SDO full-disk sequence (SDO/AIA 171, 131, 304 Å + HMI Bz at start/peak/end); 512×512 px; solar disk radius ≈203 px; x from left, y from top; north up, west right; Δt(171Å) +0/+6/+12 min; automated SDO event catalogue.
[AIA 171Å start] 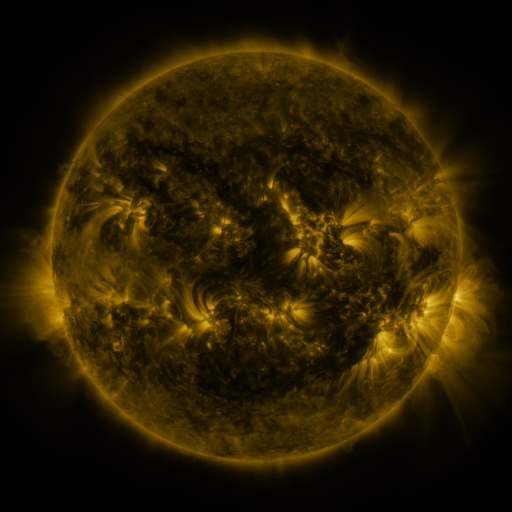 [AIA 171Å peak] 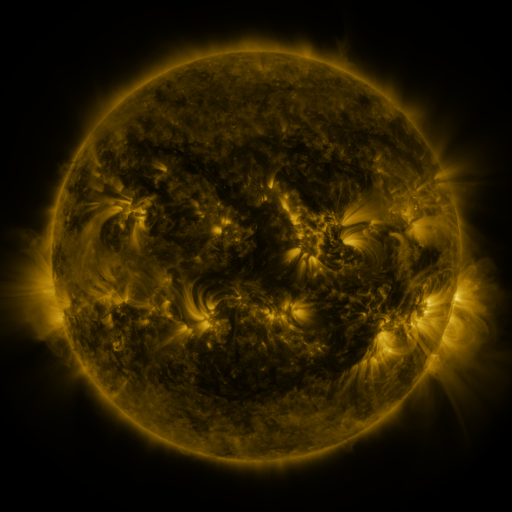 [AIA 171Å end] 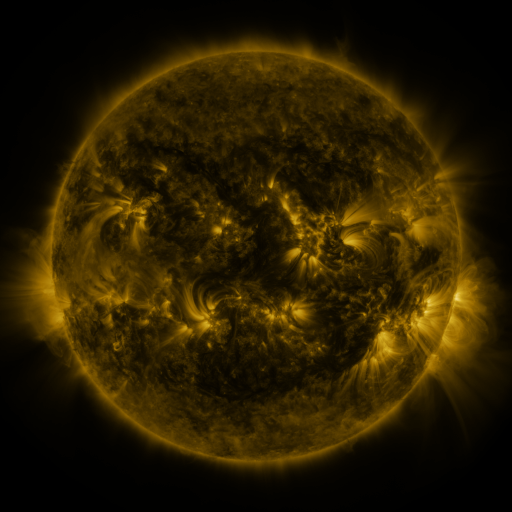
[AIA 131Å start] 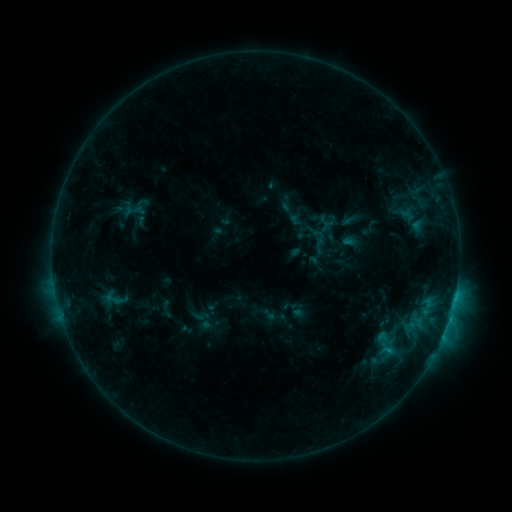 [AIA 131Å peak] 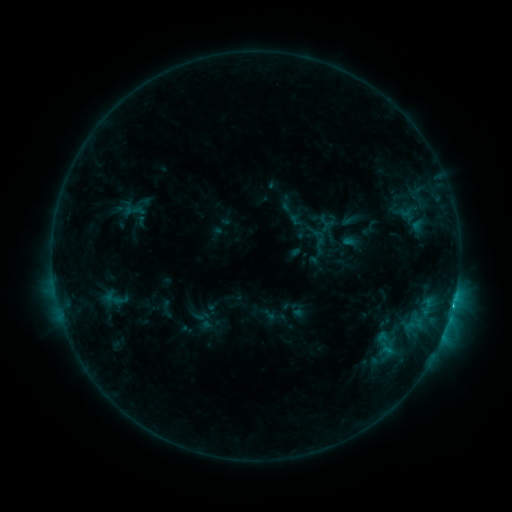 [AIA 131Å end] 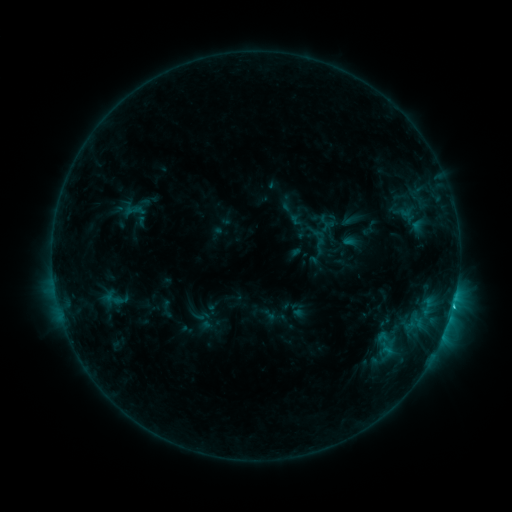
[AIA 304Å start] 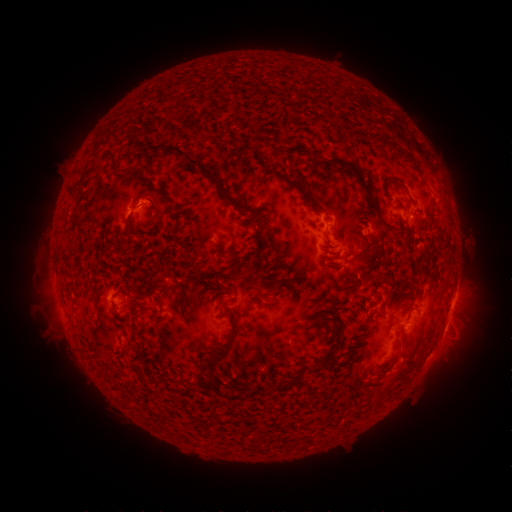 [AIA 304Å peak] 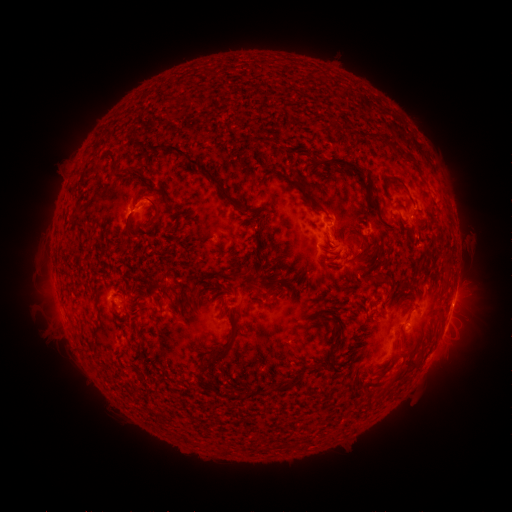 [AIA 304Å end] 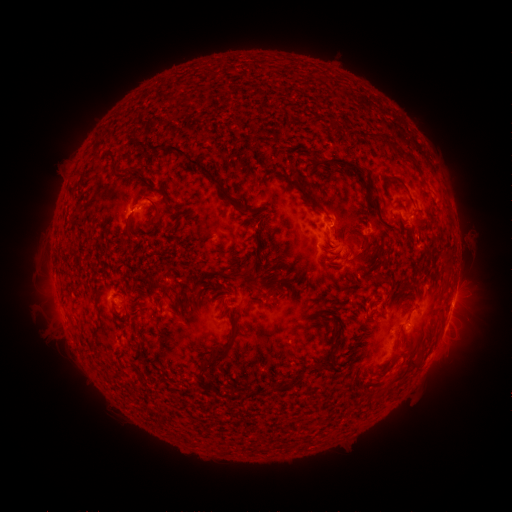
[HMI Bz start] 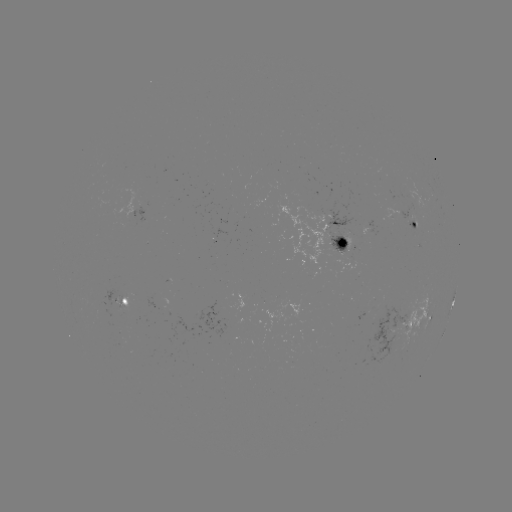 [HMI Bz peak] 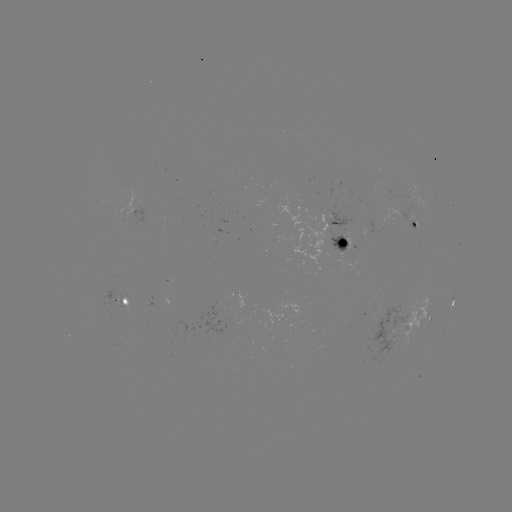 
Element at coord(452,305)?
C1.2 flare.